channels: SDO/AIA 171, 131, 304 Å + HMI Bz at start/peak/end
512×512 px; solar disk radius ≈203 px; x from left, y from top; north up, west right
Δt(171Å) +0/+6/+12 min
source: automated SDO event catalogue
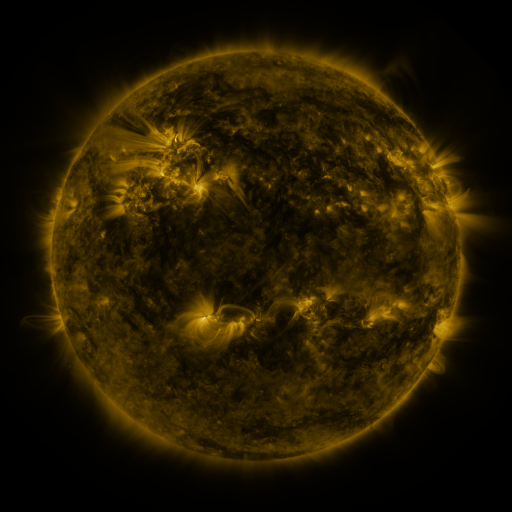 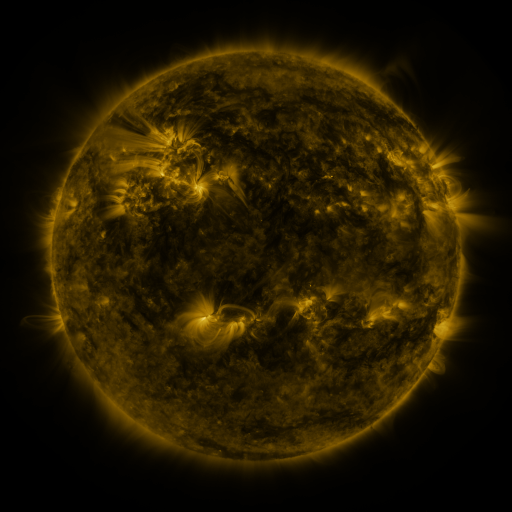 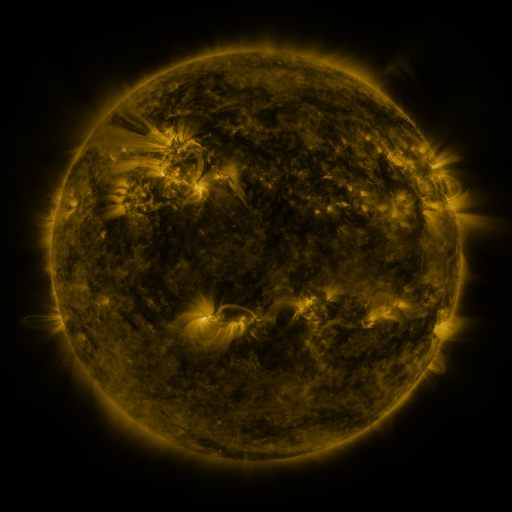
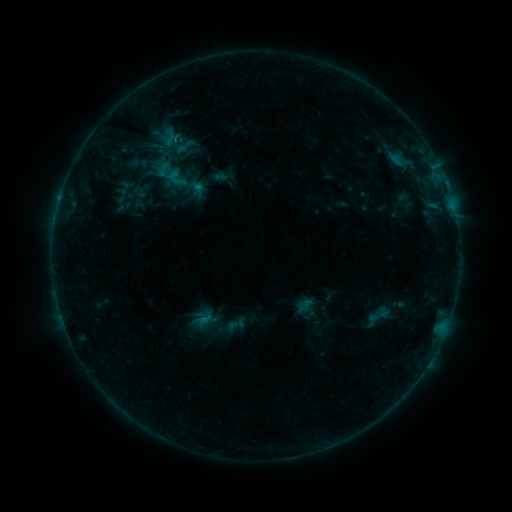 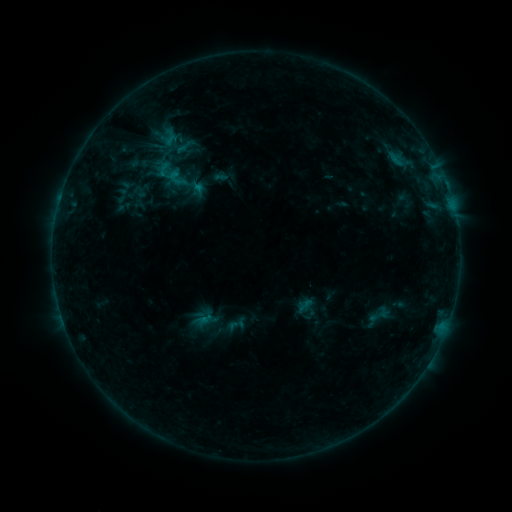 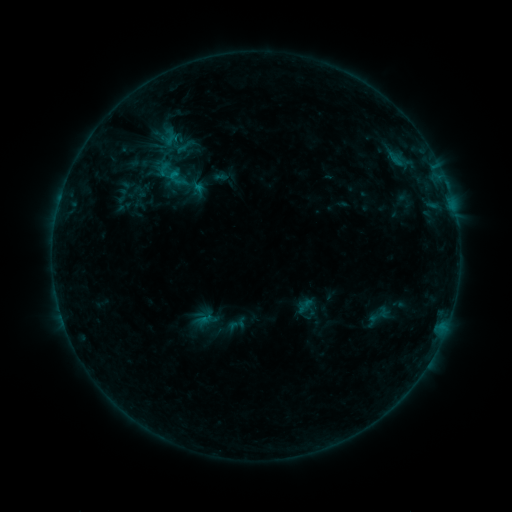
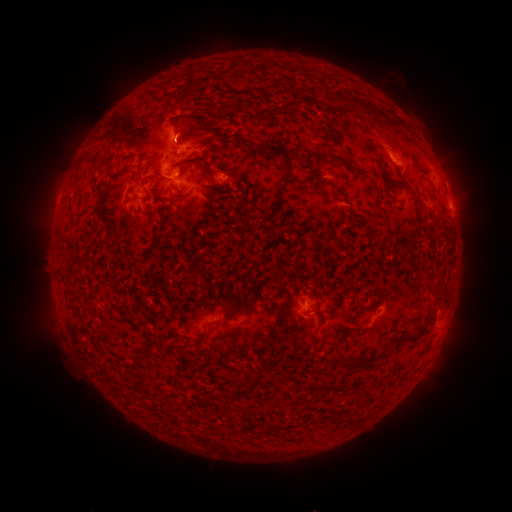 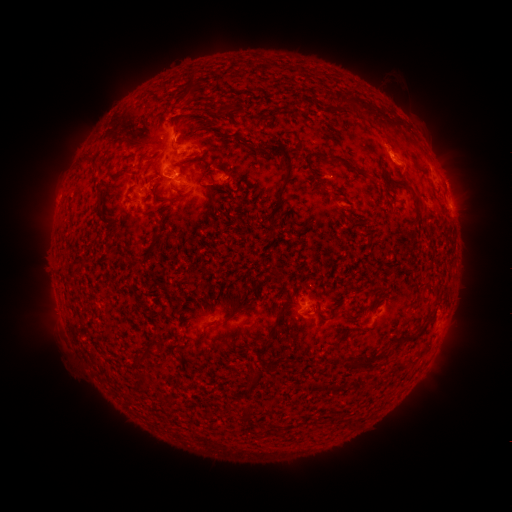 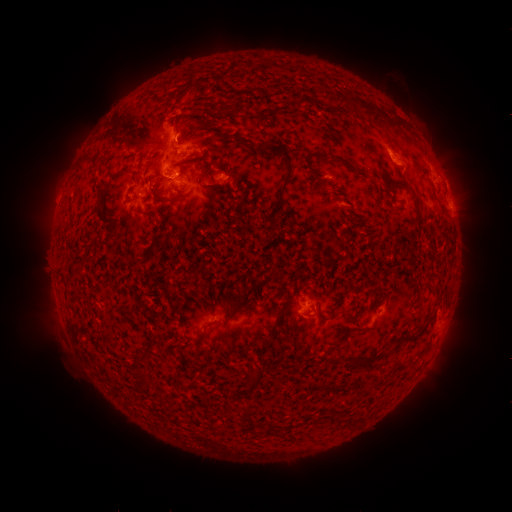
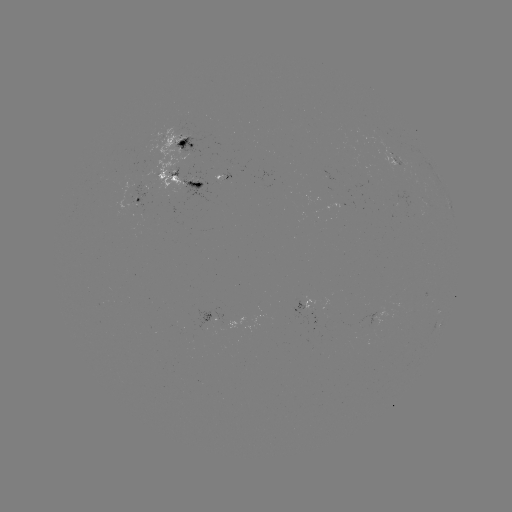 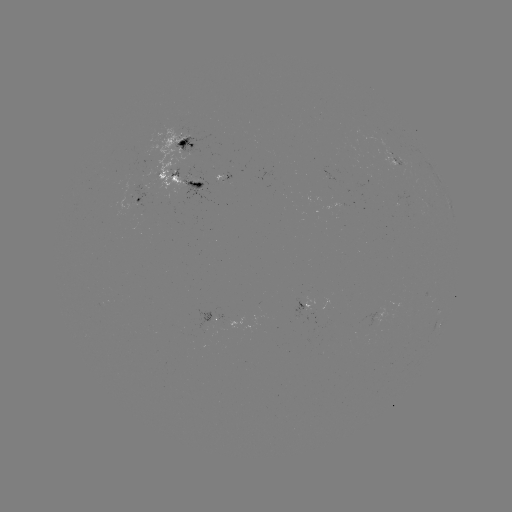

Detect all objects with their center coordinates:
eruption: (393, 146)
